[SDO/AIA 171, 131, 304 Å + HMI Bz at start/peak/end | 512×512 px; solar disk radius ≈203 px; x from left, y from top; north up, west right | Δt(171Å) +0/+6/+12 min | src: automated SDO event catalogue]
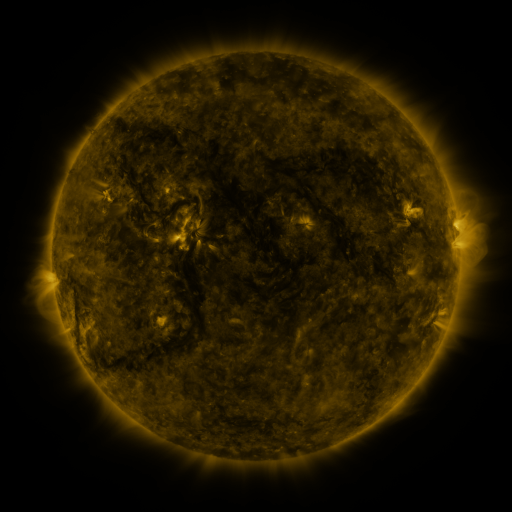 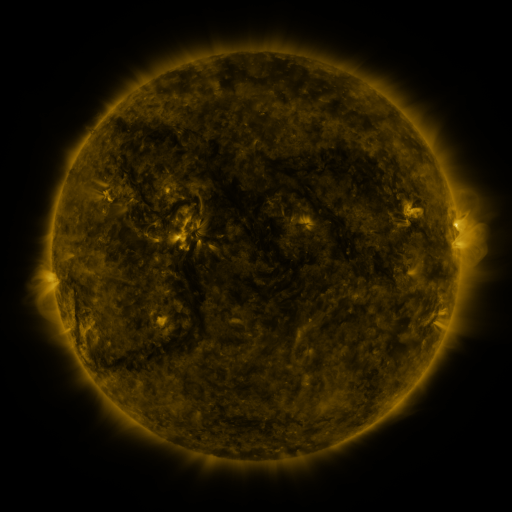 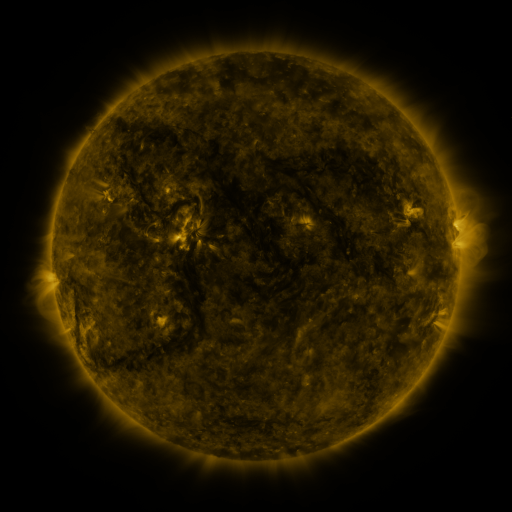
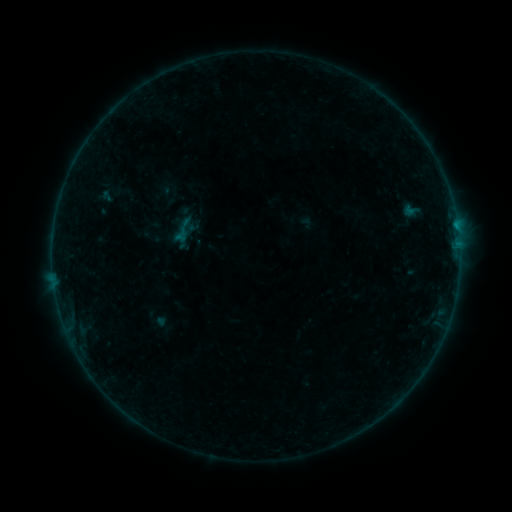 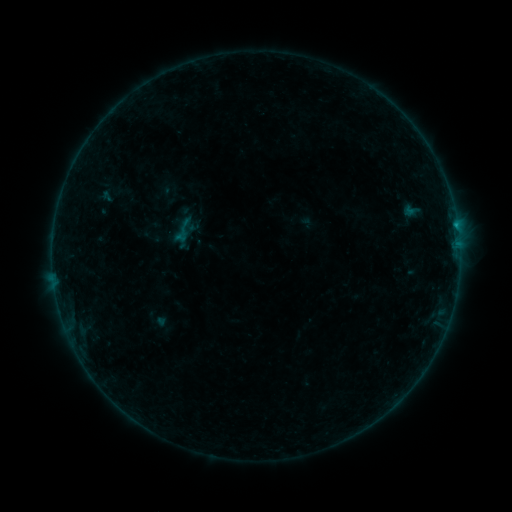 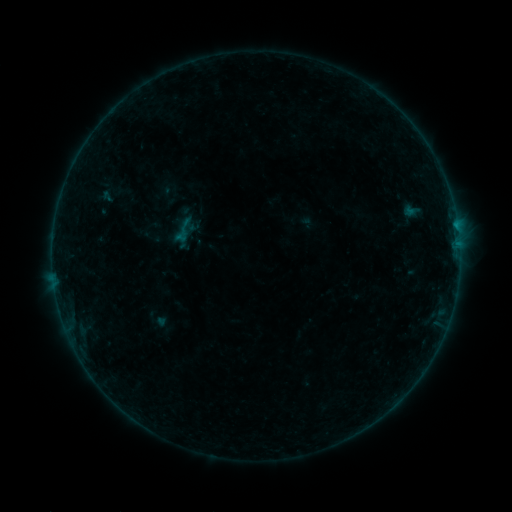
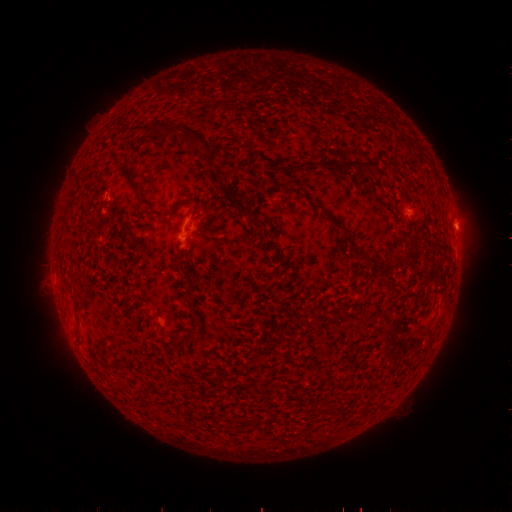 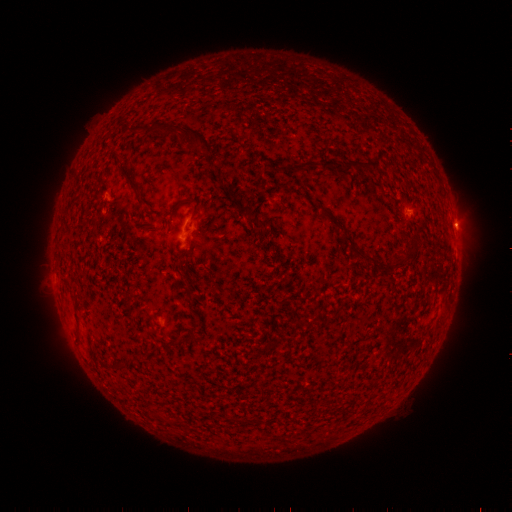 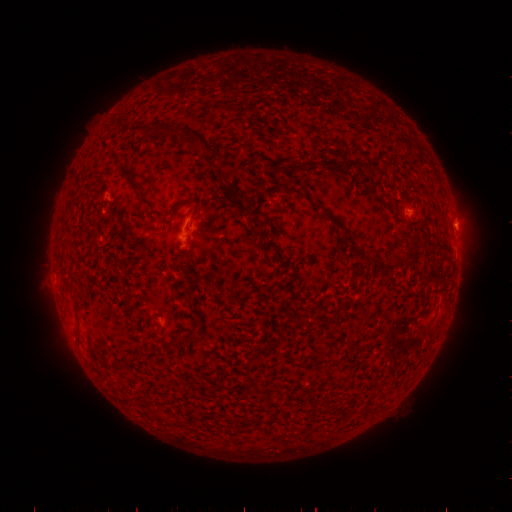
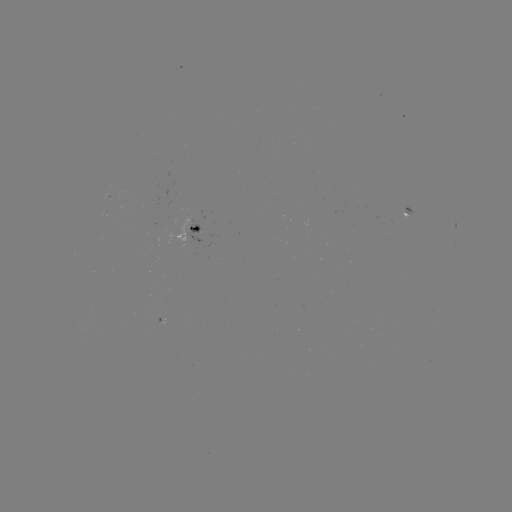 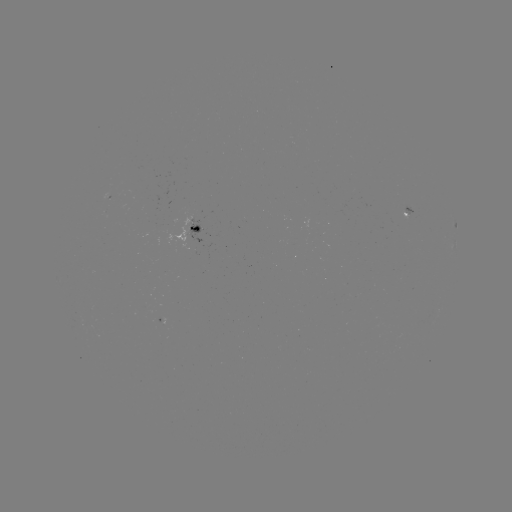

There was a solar flare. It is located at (456, 228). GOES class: B1.9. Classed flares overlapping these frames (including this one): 1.